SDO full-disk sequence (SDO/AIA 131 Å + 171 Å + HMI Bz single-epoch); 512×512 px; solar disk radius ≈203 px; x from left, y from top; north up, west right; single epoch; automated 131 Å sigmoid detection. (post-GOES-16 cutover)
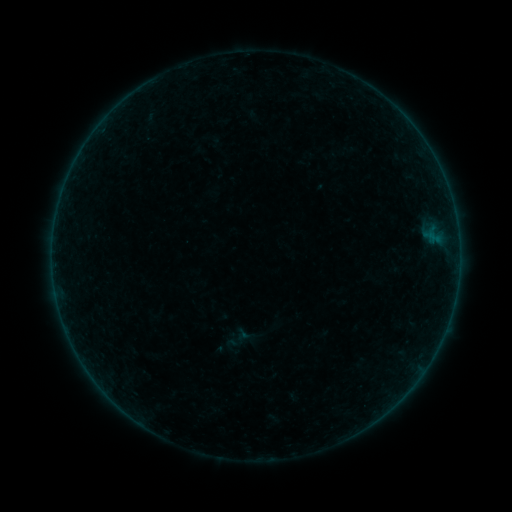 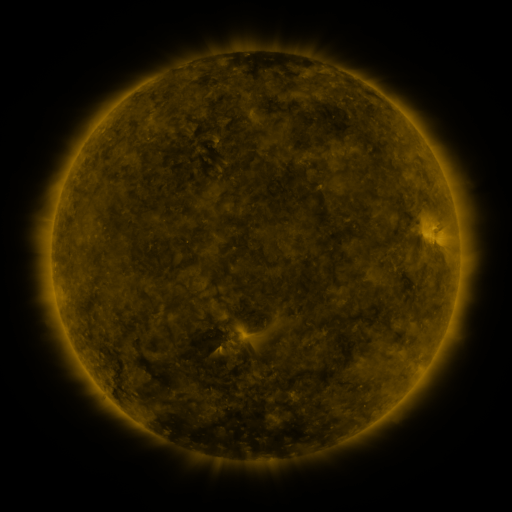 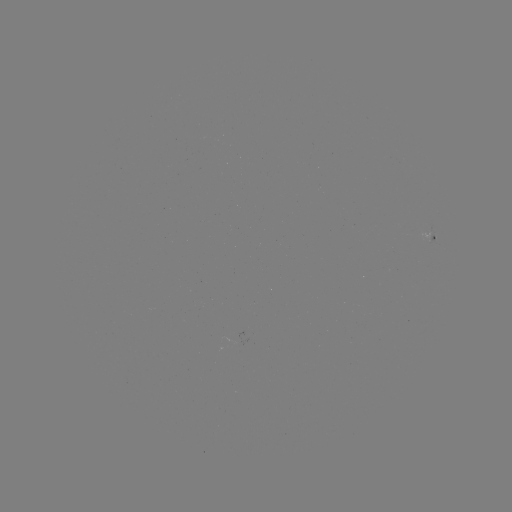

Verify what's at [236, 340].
sigmoid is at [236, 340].